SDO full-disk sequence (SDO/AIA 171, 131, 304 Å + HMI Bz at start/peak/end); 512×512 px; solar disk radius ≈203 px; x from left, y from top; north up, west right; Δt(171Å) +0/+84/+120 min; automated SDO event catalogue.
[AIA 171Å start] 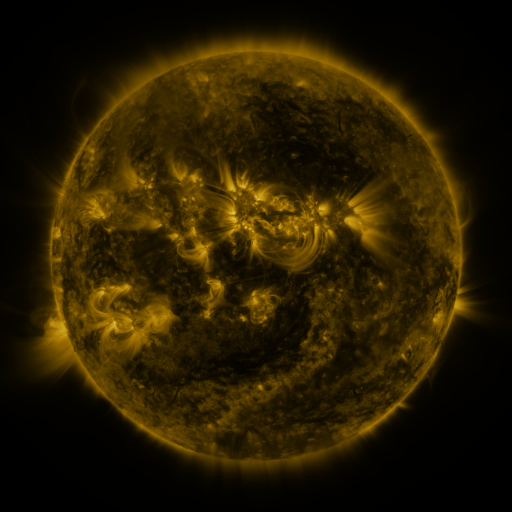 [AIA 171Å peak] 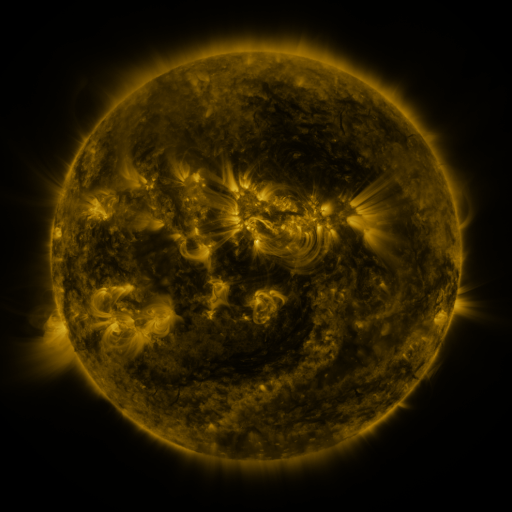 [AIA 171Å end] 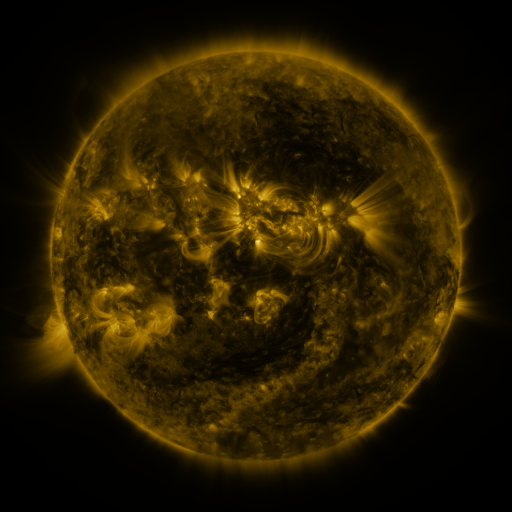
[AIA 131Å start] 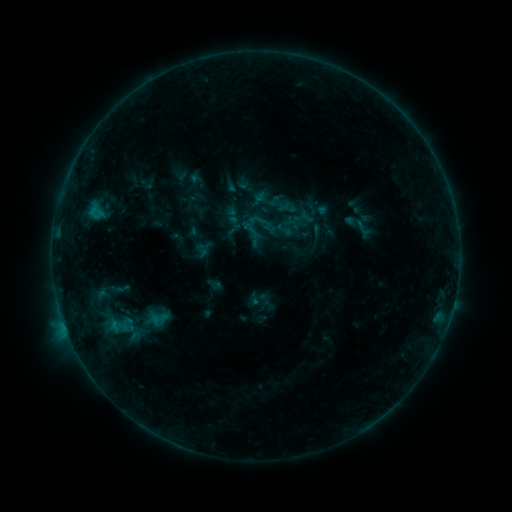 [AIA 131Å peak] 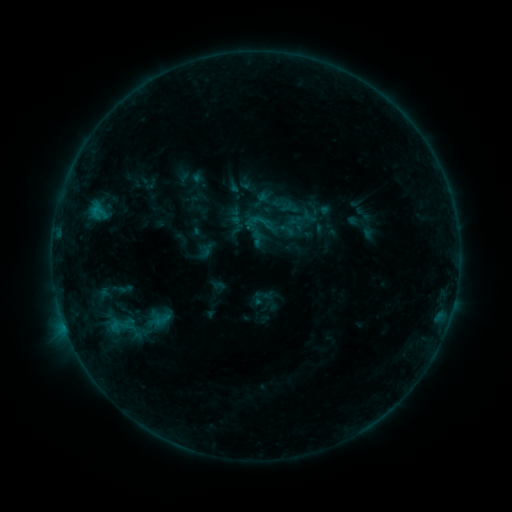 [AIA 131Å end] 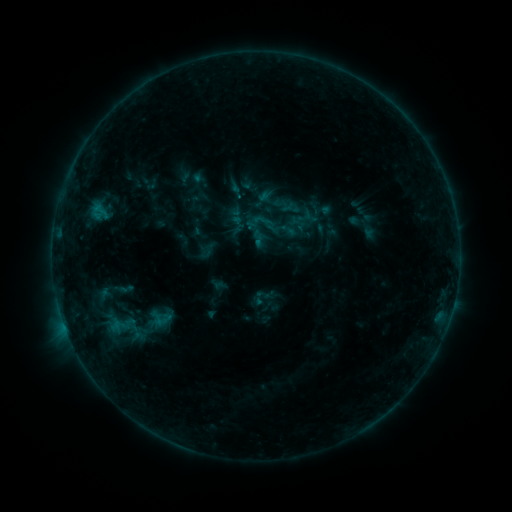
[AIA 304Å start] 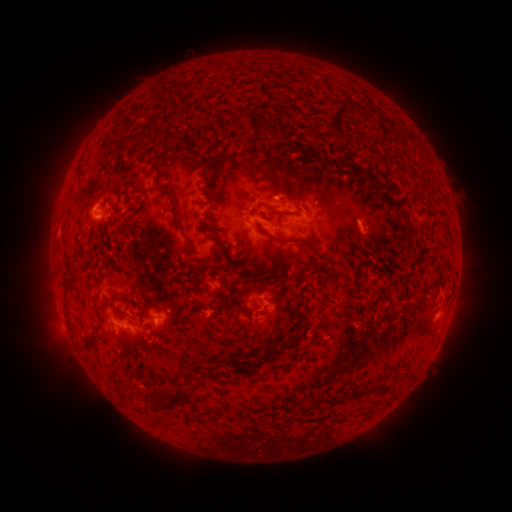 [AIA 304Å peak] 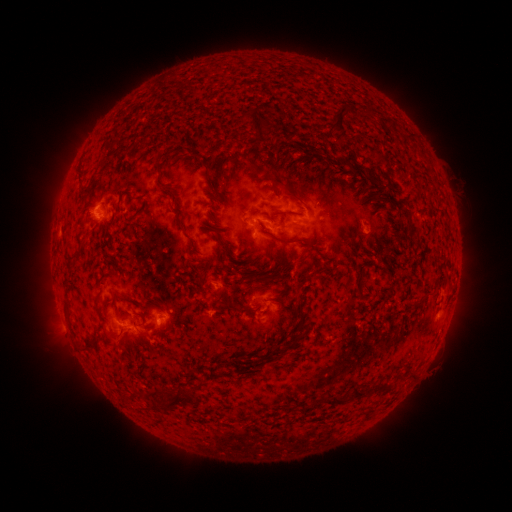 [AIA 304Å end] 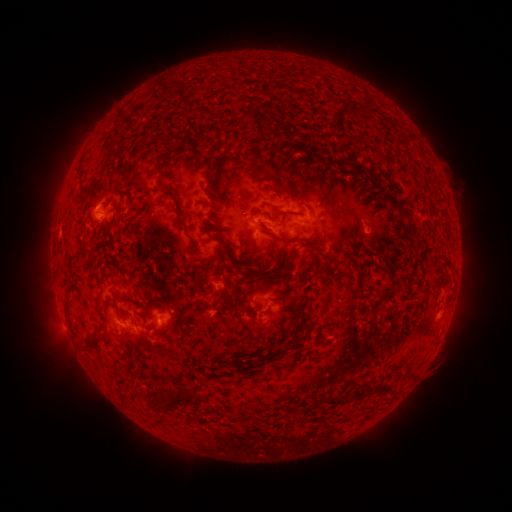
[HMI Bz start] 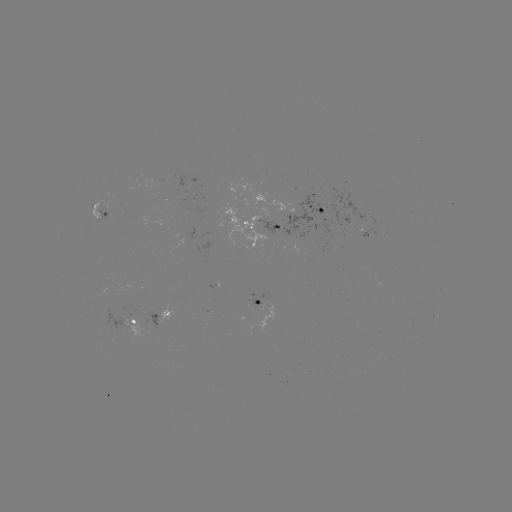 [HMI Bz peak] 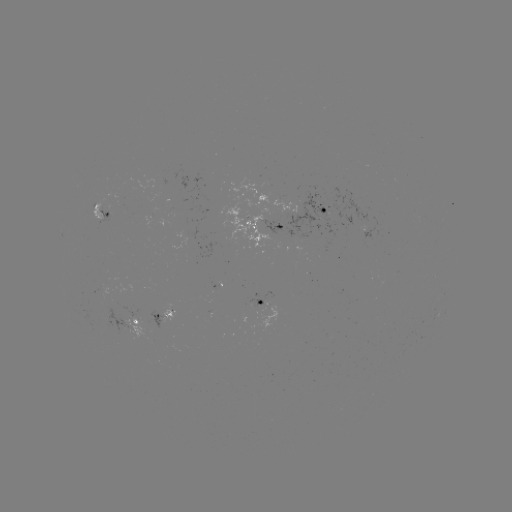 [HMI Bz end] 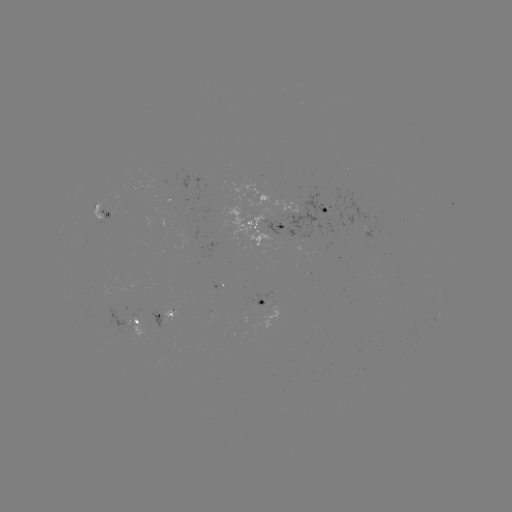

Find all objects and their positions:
emerging-flux region: (153, 211)
